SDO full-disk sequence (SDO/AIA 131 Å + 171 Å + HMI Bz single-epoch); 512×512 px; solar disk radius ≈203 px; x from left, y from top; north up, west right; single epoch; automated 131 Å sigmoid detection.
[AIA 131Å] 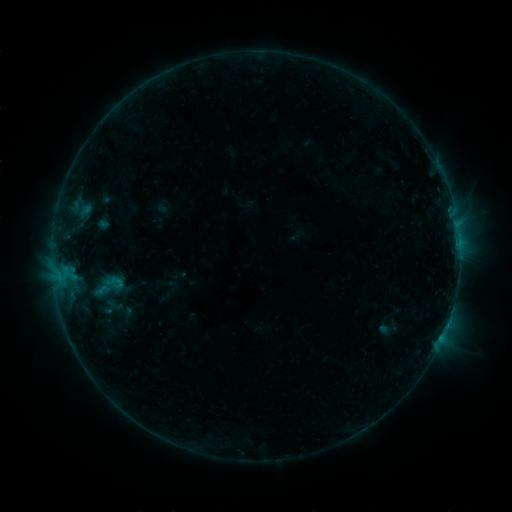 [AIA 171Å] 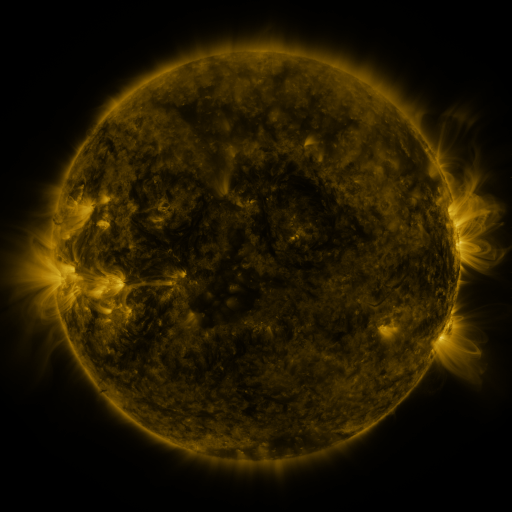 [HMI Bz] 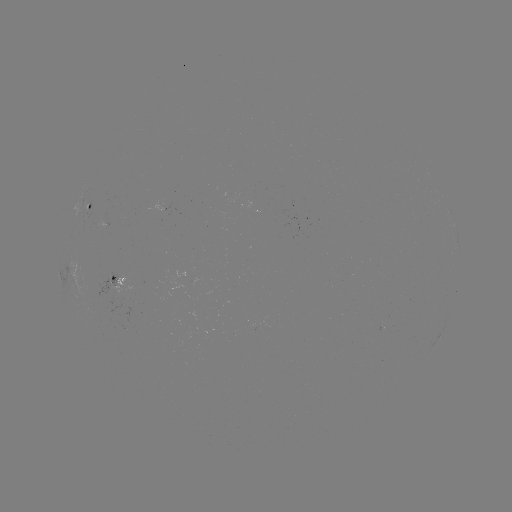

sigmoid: [103, 273, 127, 292]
